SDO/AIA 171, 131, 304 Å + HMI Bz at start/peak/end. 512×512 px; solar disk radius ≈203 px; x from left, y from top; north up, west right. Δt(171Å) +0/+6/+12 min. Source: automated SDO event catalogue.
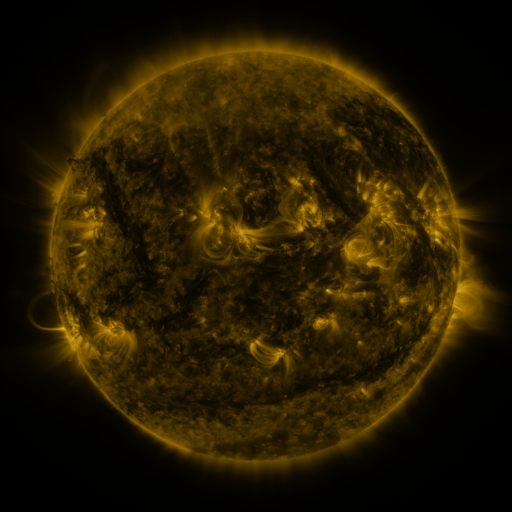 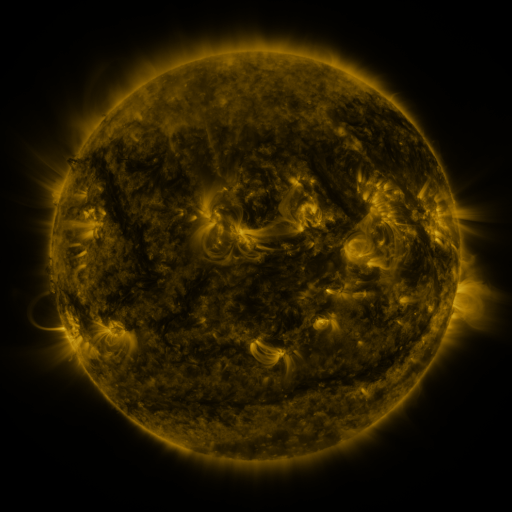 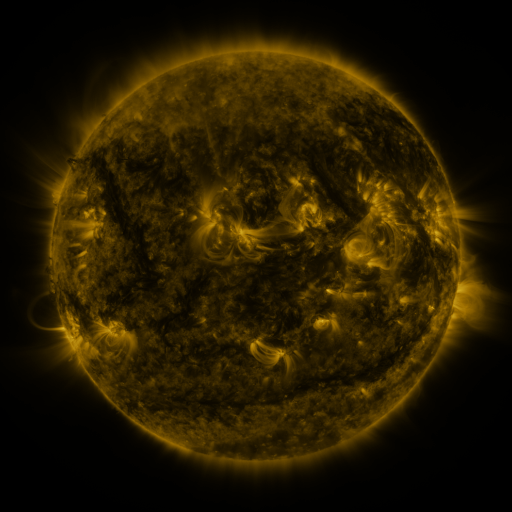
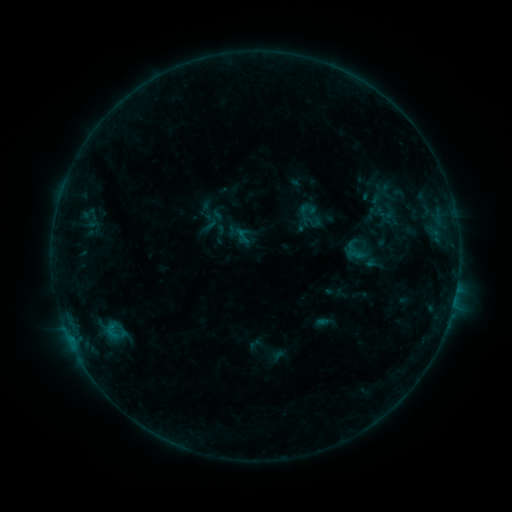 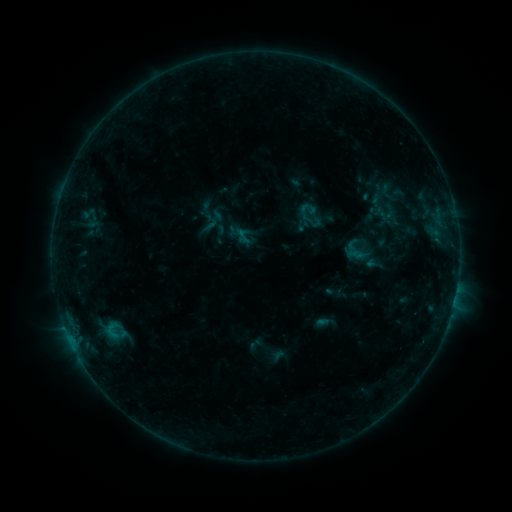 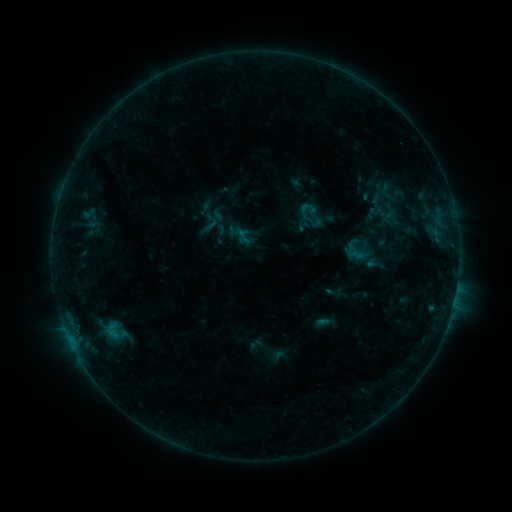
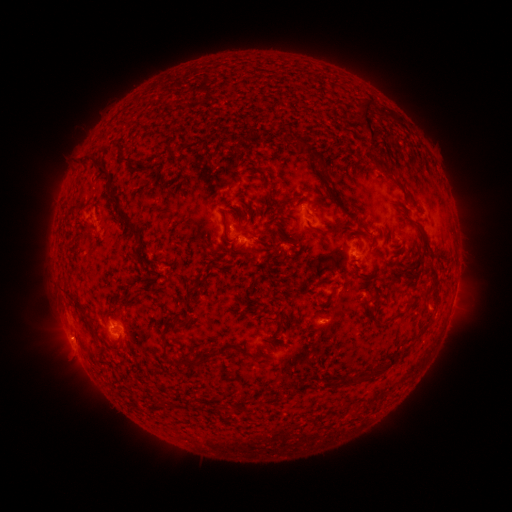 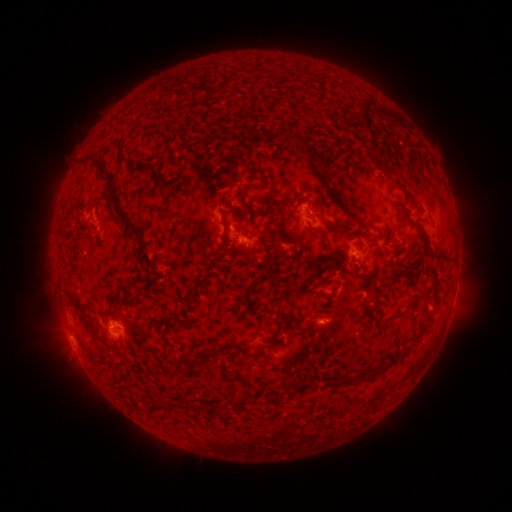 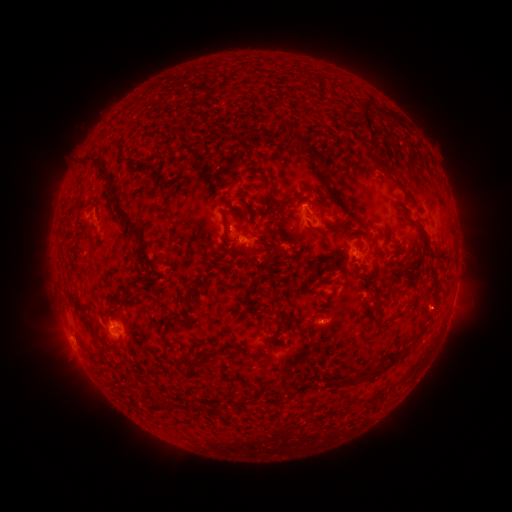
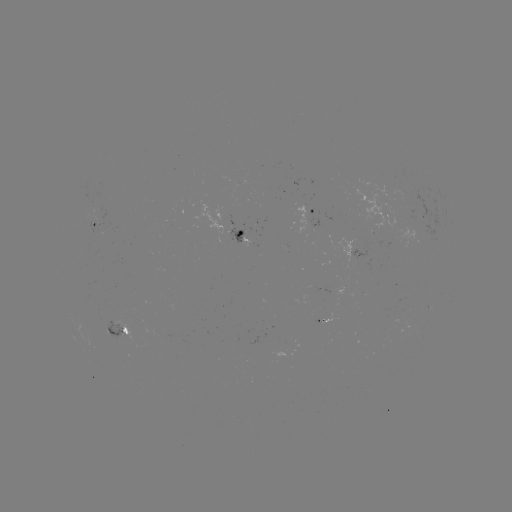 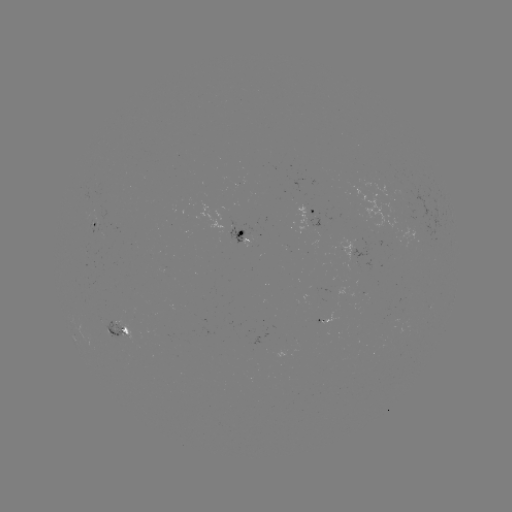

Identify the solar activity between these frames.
no classed flare was catalogued and no EUV brightening was flagged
